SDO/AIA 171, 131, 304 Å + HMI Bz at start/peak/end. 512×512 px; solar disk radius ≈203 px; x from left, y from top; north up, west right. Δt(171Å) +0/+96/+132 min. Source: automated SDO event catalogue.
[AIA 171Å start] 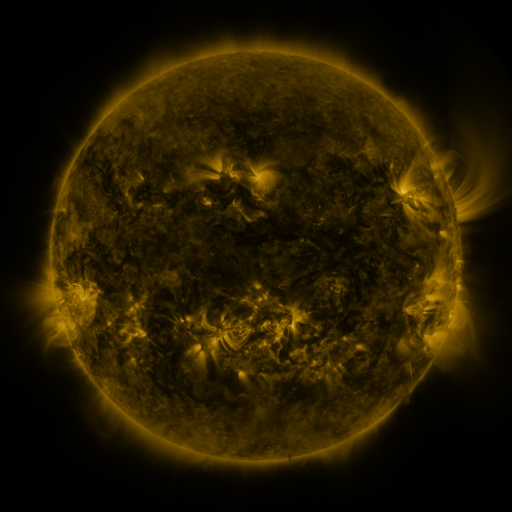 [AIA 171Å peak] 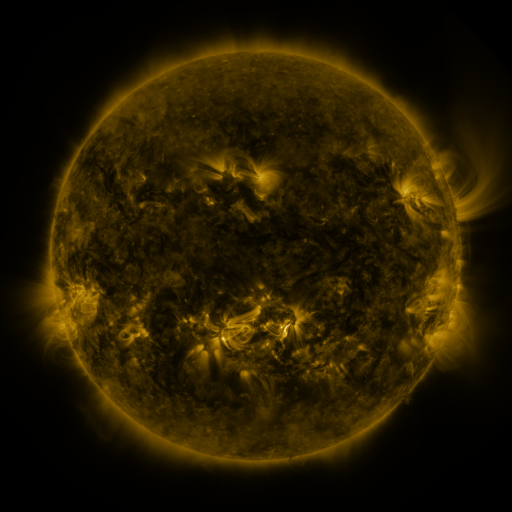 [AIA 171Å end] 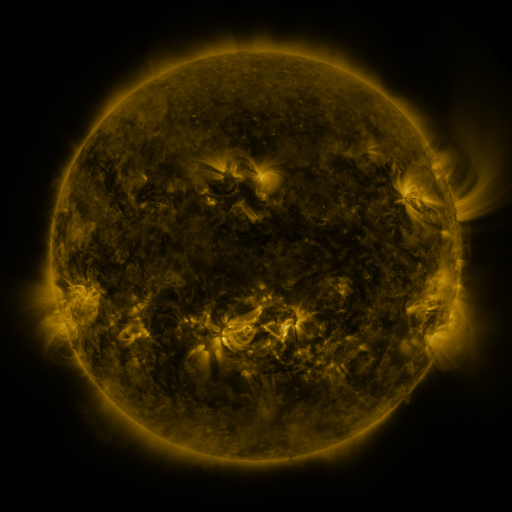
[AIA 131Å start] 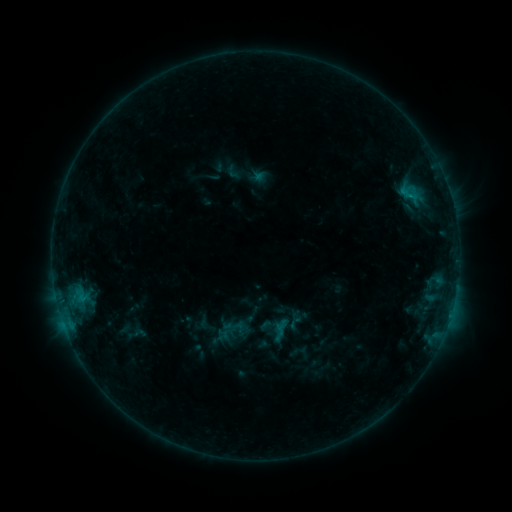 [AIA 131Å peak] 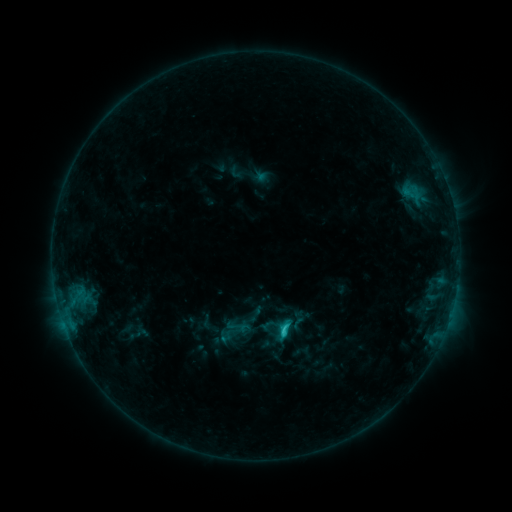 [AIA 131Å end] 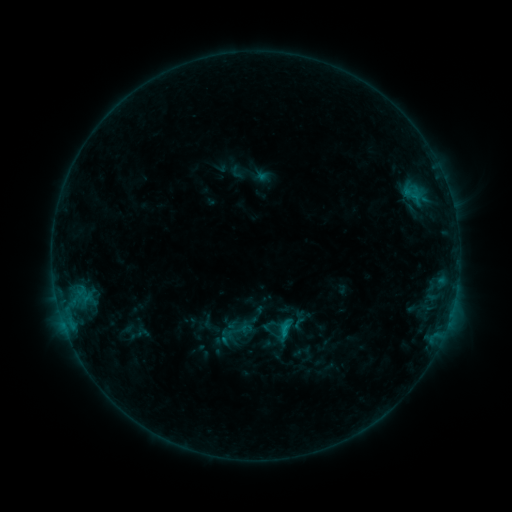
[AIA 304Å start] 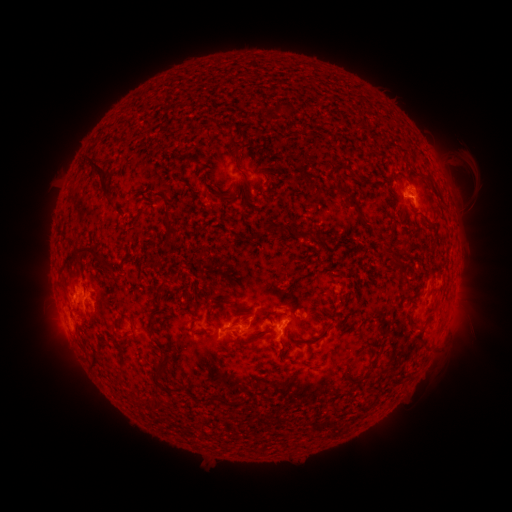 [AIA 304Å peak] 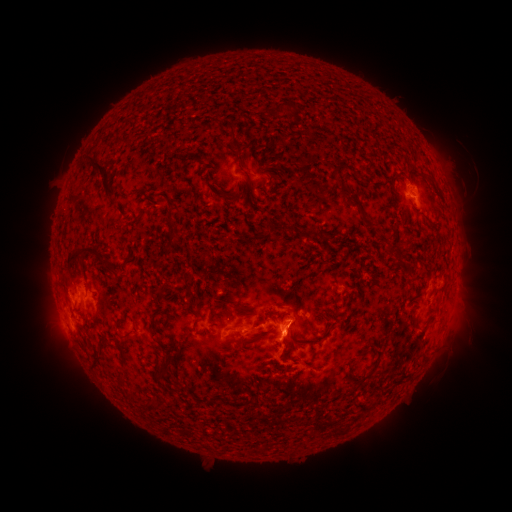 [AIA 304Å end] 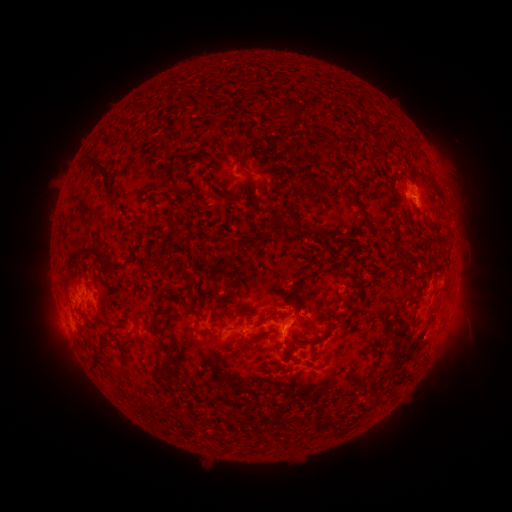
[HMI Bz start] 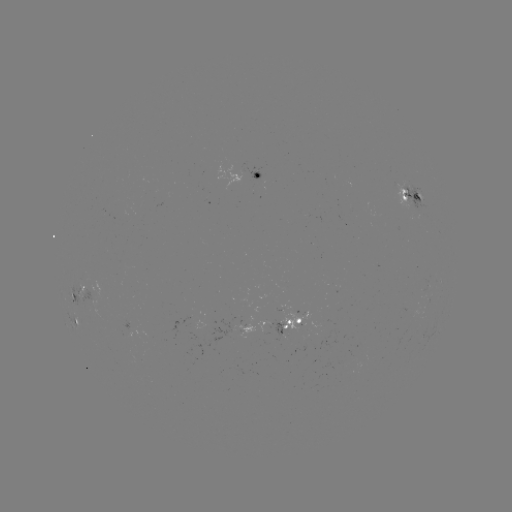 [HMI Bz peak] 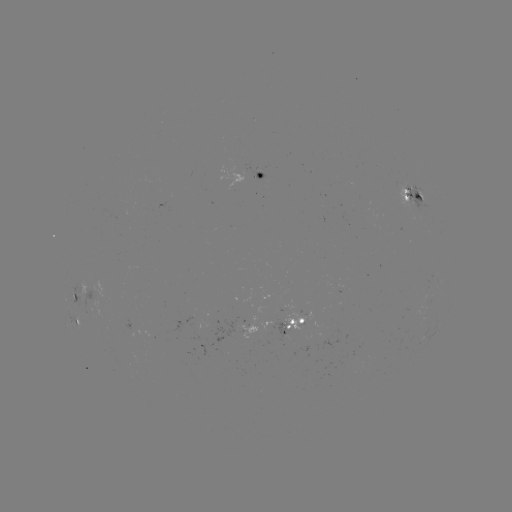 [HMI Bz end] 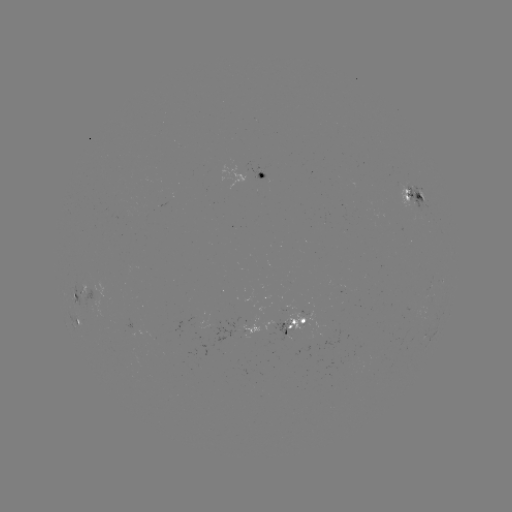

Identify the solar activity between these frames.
emerging-flux region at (413, 202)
